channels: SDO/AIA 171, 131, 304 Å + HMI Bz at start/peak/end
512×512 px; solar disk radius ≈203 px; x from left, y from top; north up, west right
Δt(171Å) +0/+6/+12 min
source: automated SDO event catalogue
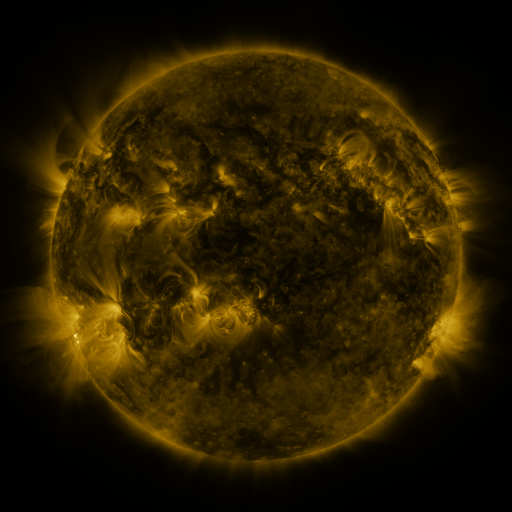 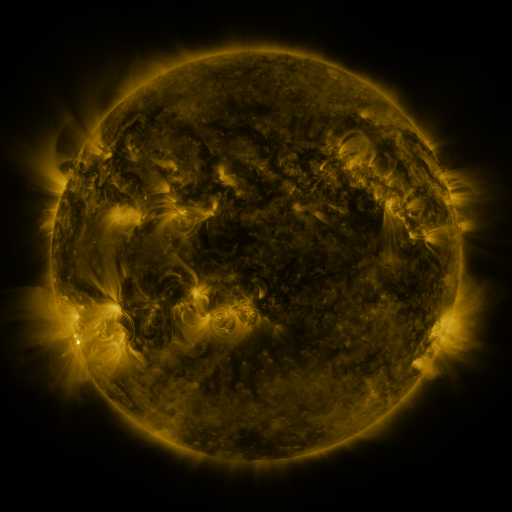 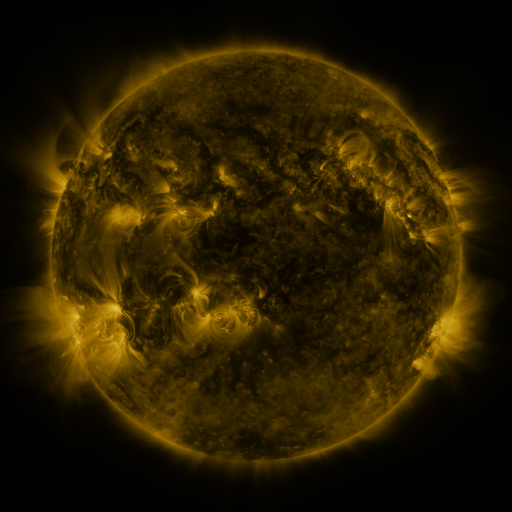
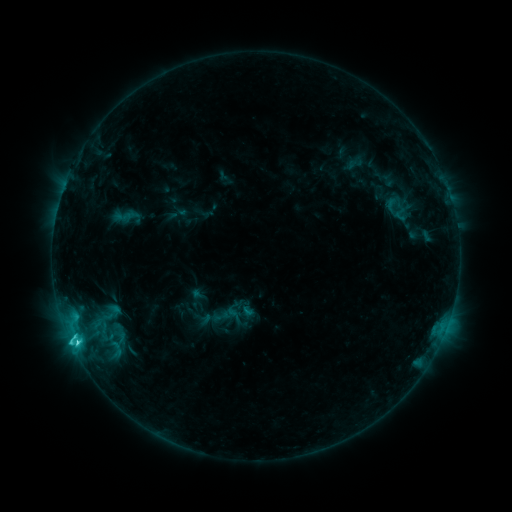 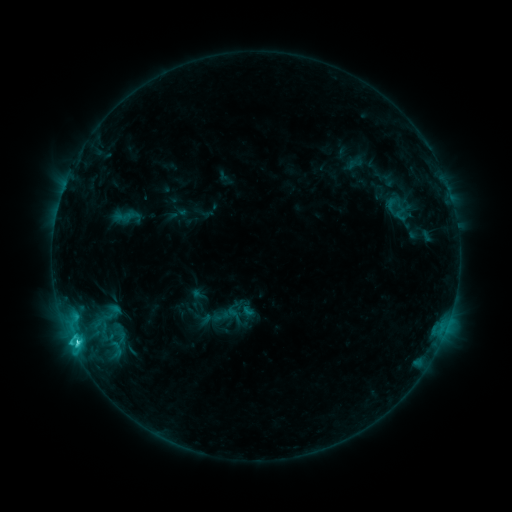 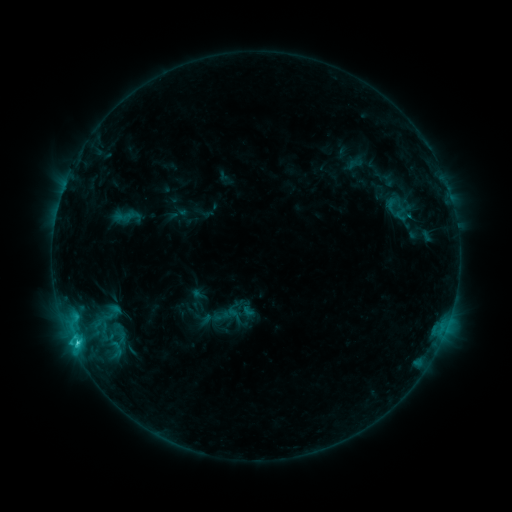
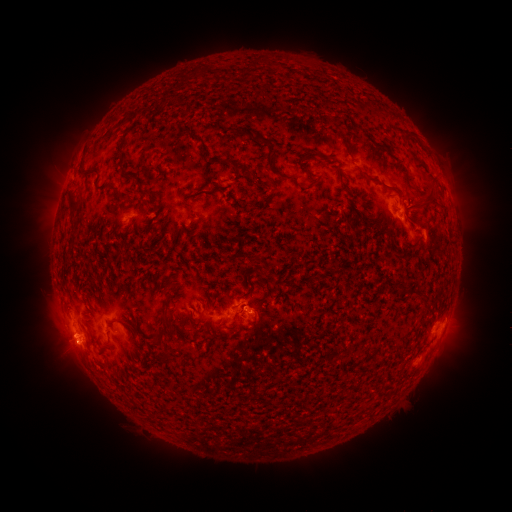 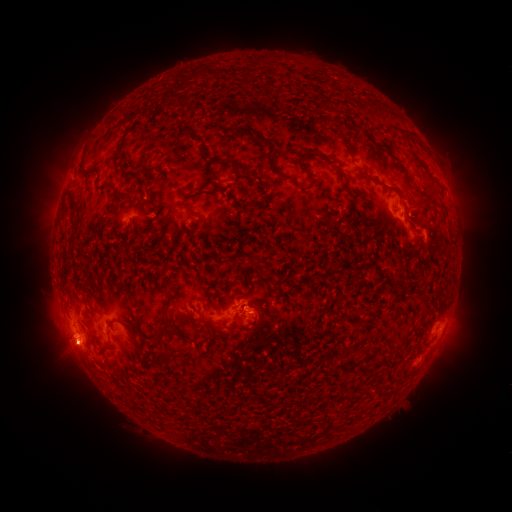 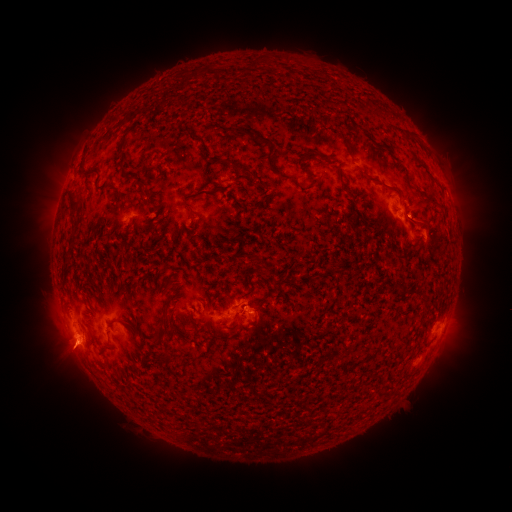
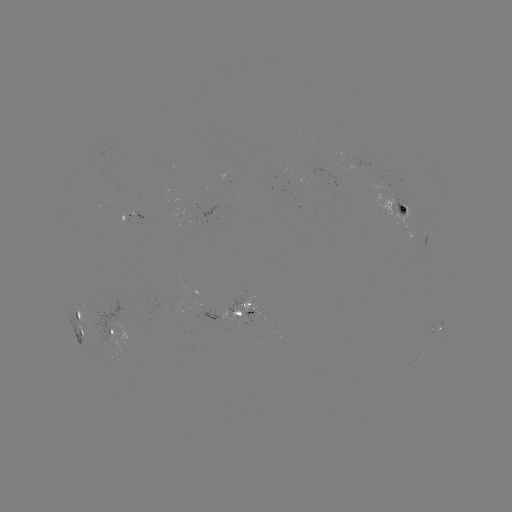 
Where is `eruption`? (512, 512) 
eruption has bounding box [39, 326, 94, 380].